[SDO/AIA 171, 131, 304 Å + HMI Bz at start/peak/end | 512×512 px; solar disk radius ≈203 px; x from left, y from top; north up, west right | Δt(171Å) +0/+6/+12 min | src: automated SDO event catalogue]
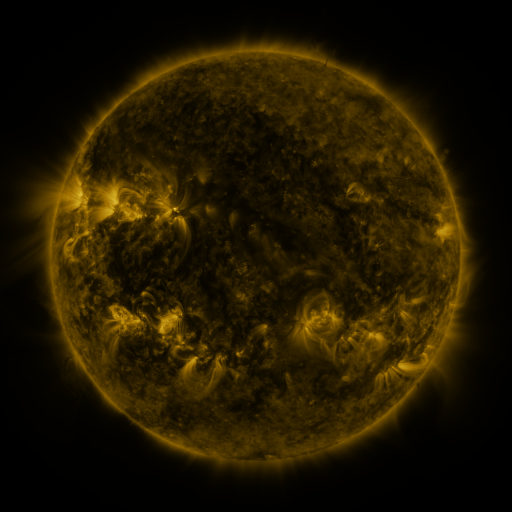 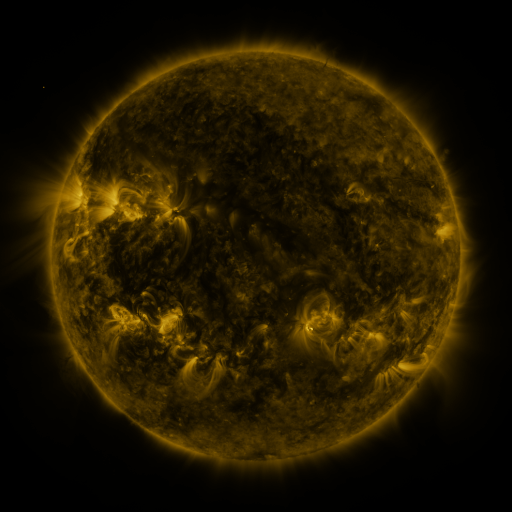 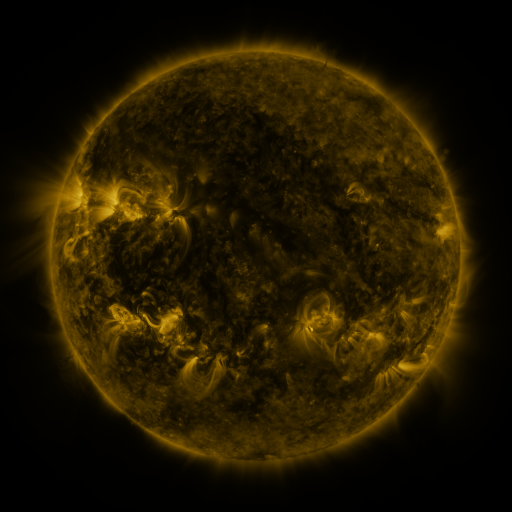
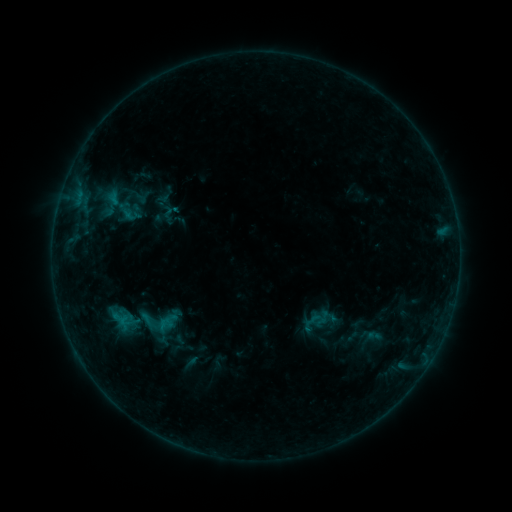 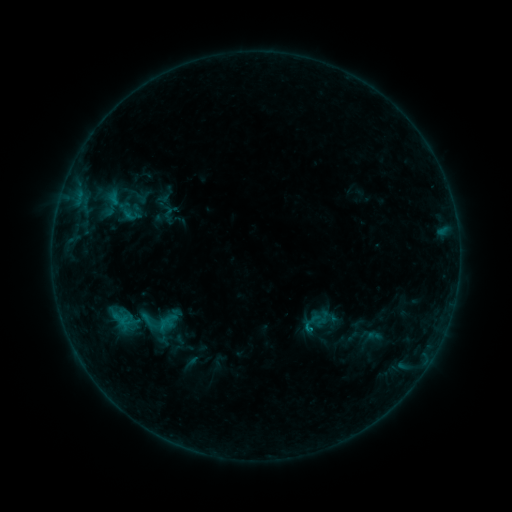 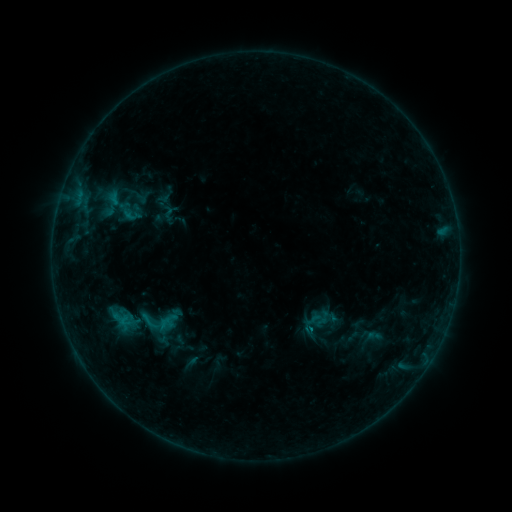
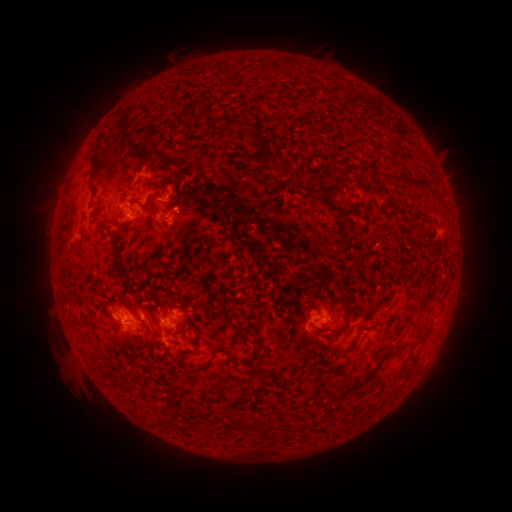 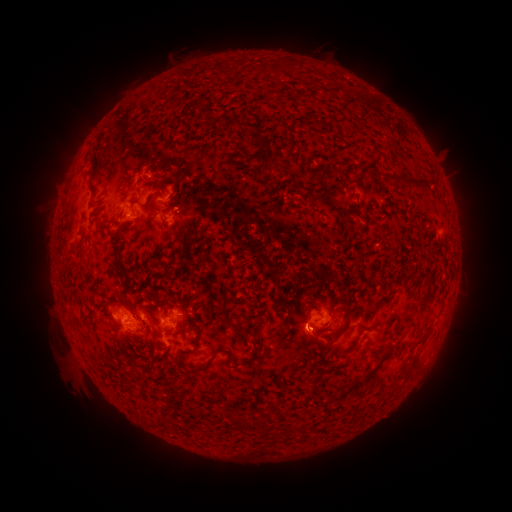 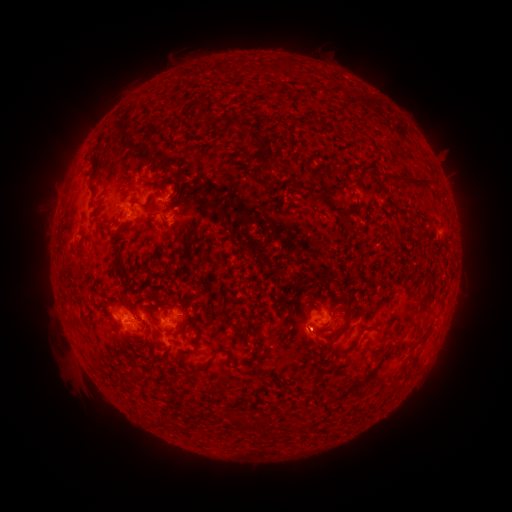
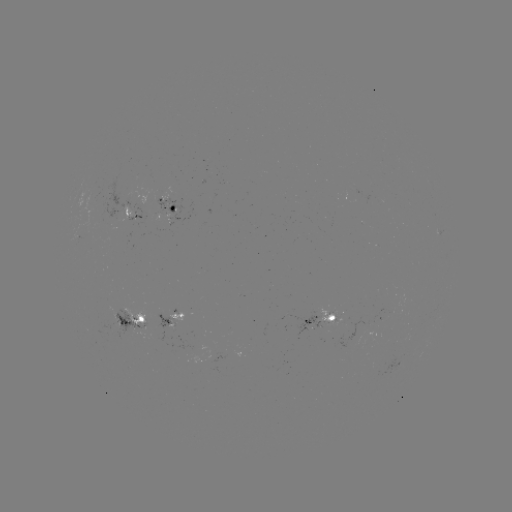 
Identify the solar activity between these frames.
eruption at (308, 337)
